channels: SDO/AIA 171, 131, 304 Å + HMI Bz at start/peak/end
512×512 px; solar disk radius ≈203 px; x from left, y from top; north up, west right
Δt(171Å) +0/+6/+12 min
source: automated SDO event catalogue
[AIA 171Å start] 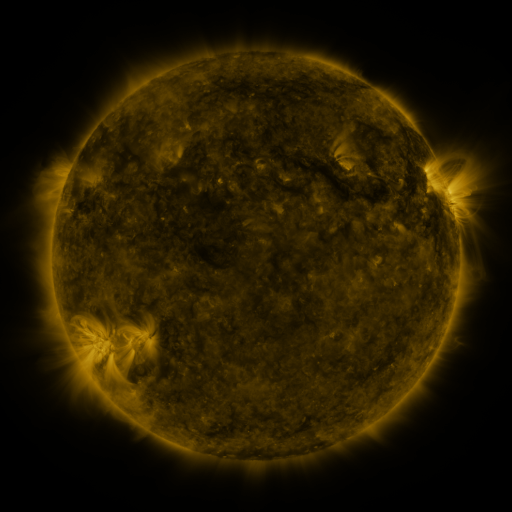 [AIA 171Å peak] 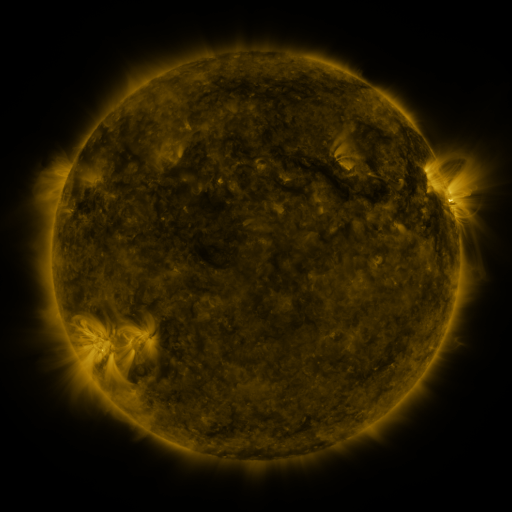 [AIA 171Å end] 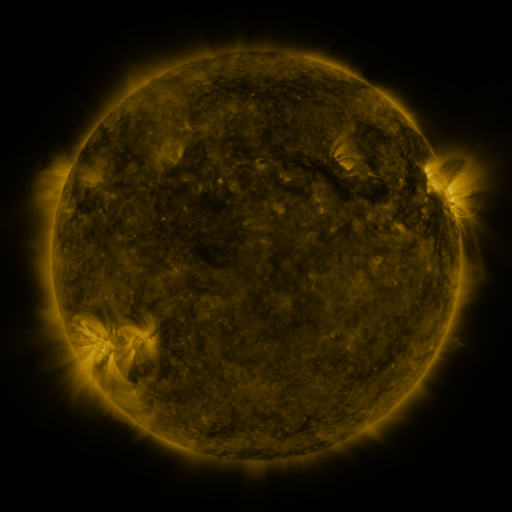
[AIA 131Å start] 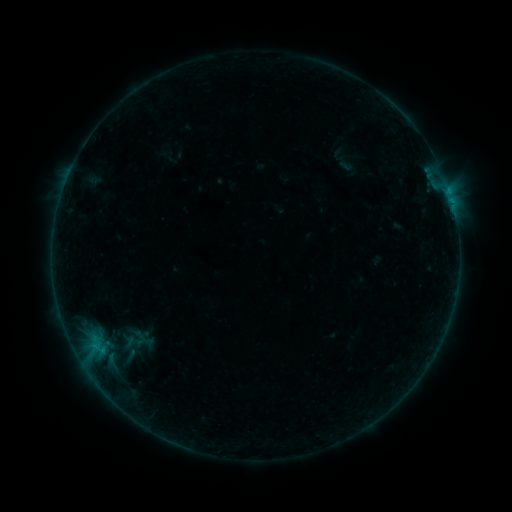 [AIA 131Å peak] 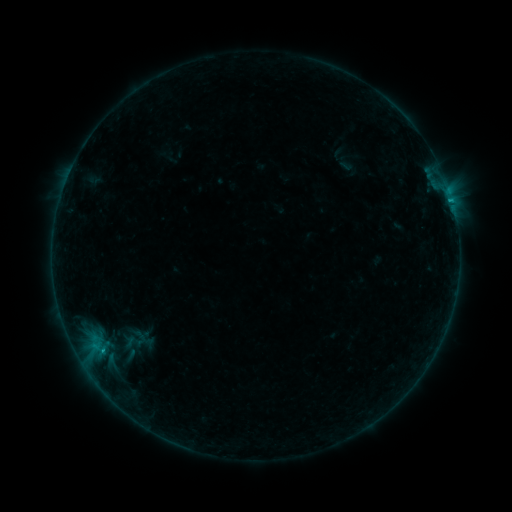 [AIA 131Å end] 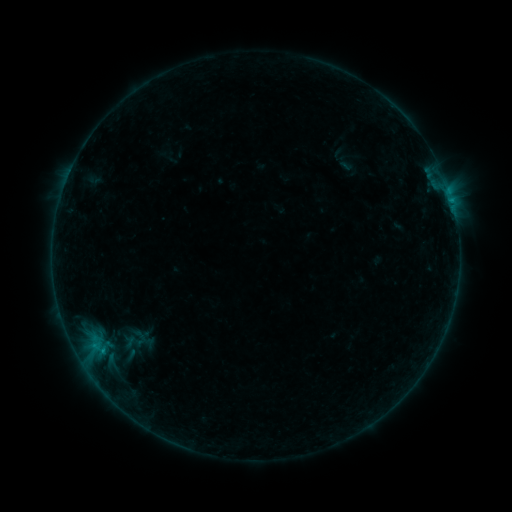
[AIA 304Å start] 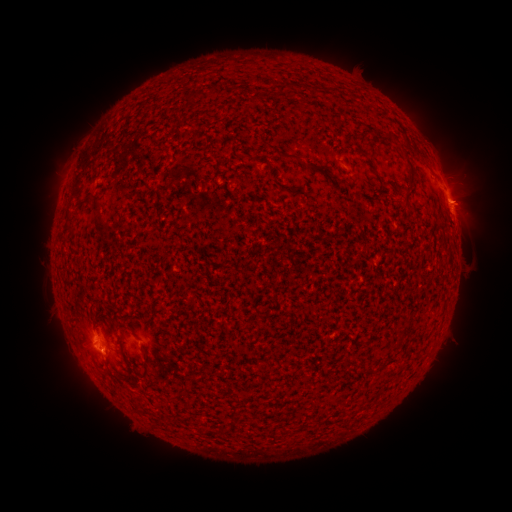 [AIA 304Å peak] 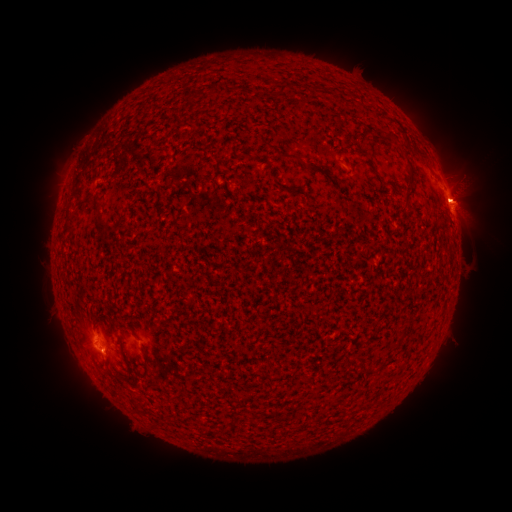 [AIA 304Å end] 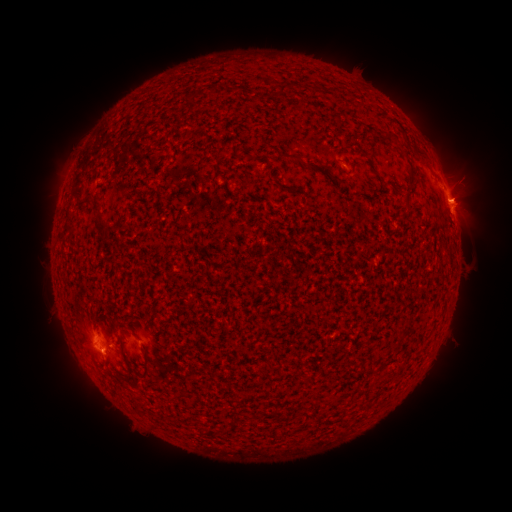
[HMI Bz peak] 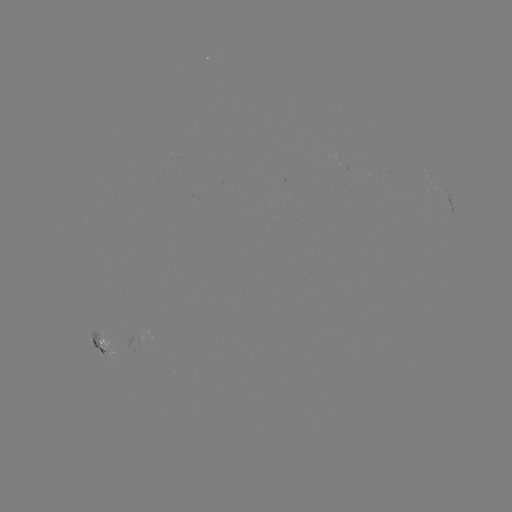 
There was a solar flare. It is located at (448, 199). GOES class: B4.6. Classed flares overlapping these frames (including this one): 1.